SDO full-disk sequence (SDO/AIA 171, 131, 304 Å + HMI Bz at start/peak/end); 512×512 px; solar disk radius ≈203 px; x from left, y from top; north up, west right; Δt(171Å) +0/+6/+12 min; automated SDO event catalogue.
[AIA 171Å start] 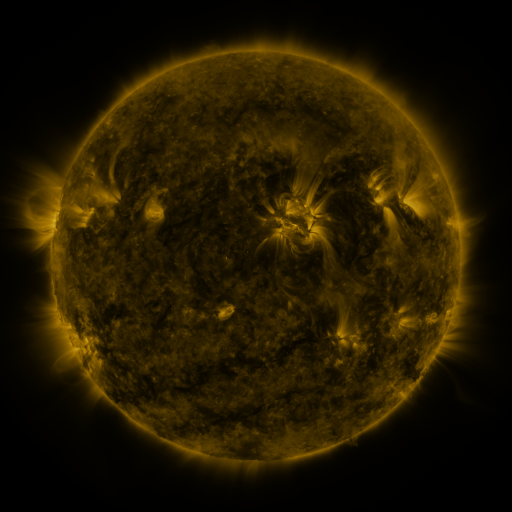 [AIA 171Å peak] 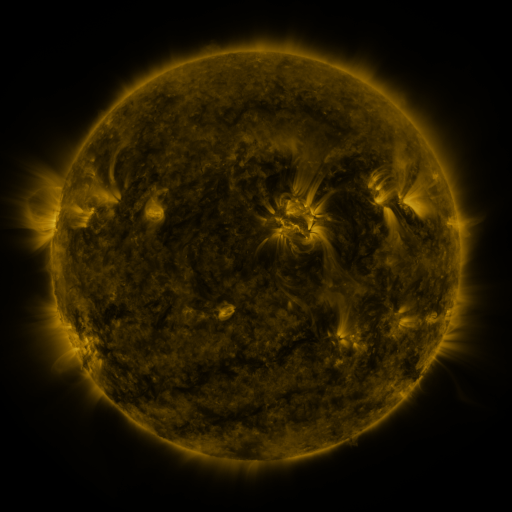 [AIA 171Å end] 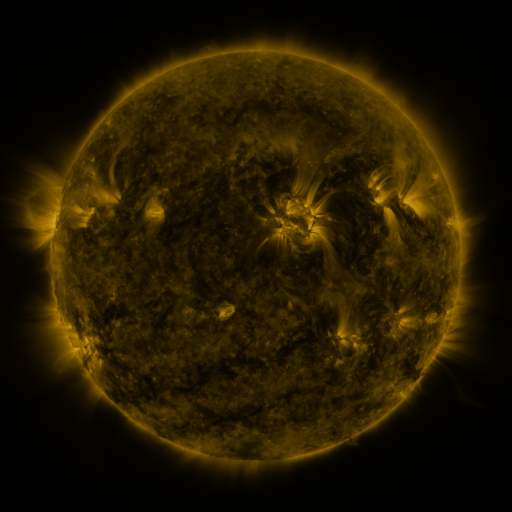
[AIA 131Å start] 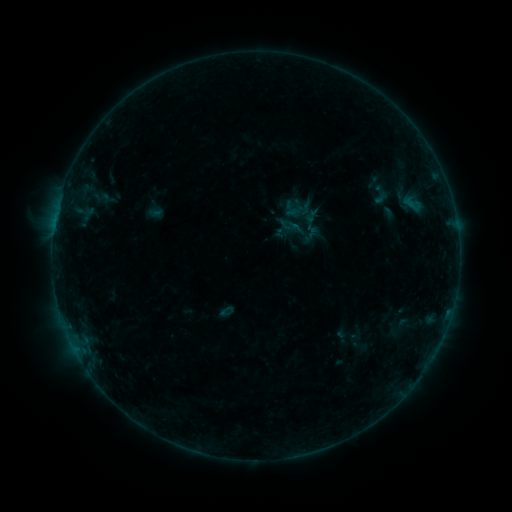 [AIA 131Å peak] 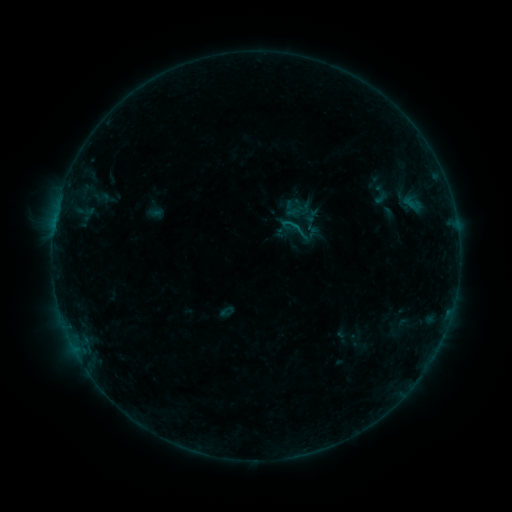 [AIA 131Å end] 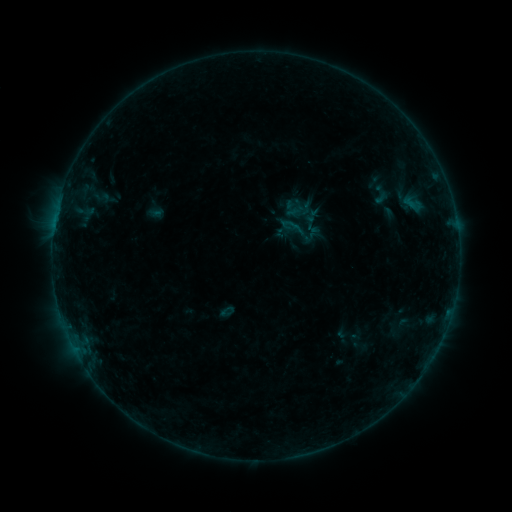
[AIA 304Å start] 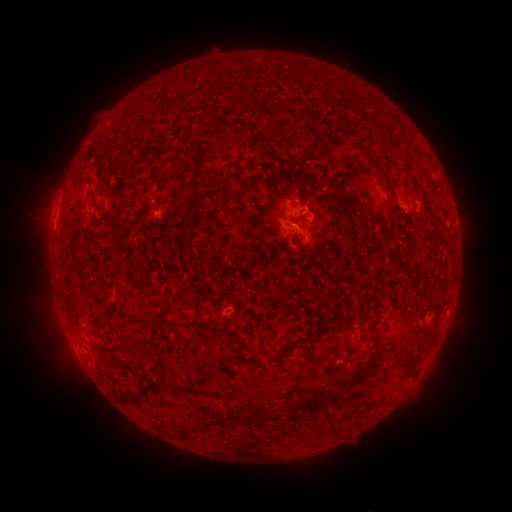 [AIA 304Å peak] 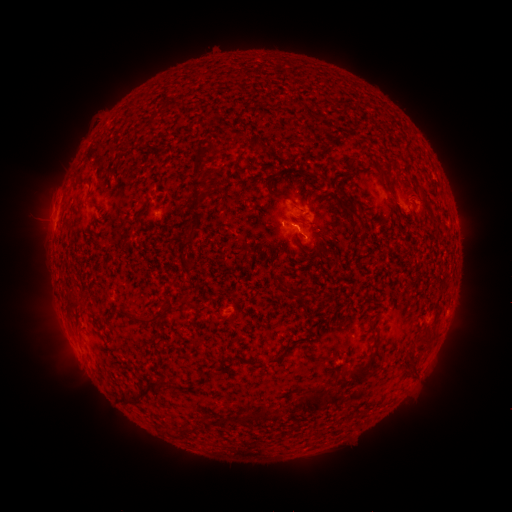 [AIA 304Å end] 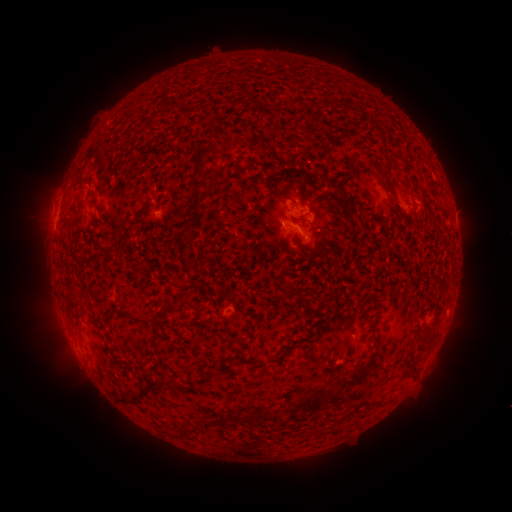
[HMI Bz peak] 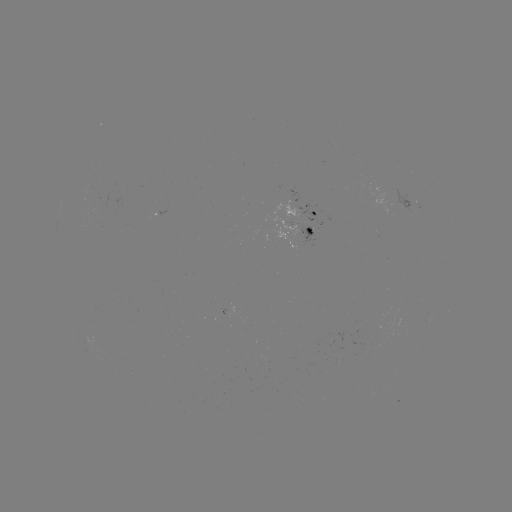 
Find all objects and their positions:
B2.9 flare: (294, 228)
